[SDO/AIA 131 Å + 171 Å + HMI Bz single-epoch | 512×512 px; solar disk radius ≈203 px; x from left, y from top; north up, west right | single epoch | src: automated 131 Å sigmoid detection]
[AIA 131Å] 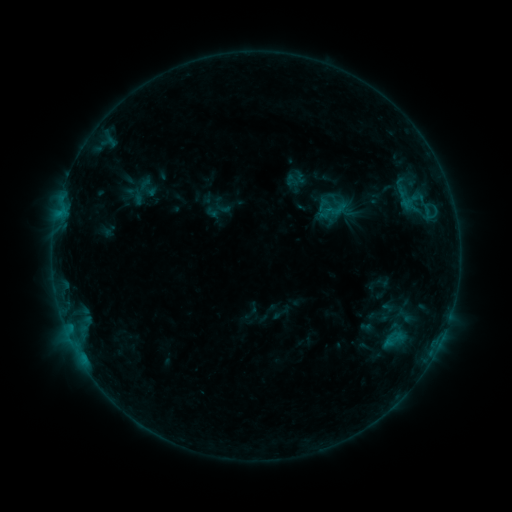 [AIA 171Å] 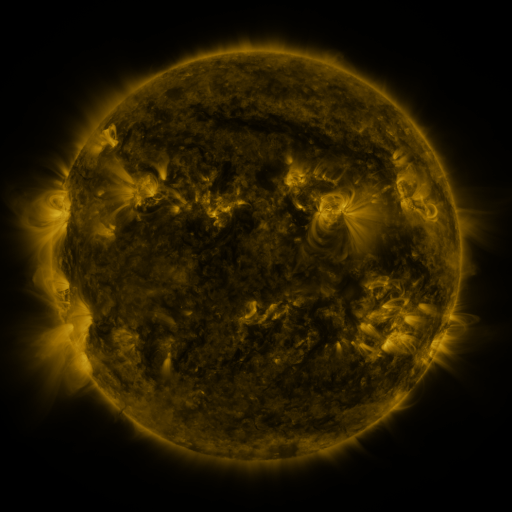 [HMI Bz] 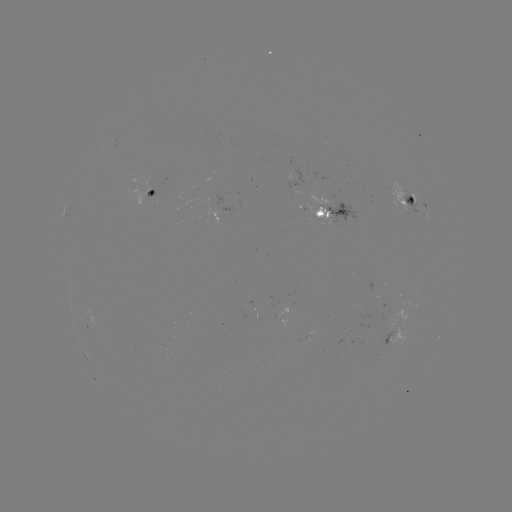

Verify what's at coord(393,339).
sigmoid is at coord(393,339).